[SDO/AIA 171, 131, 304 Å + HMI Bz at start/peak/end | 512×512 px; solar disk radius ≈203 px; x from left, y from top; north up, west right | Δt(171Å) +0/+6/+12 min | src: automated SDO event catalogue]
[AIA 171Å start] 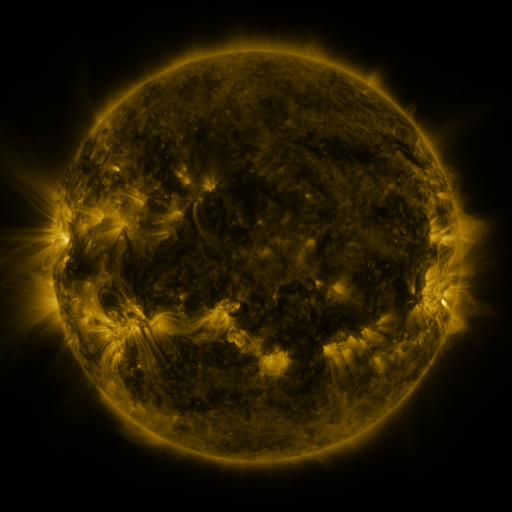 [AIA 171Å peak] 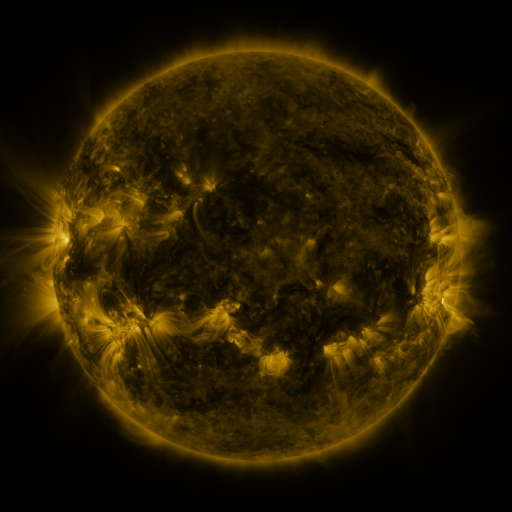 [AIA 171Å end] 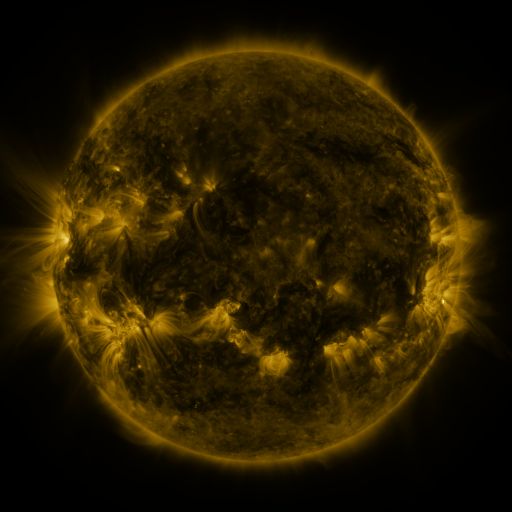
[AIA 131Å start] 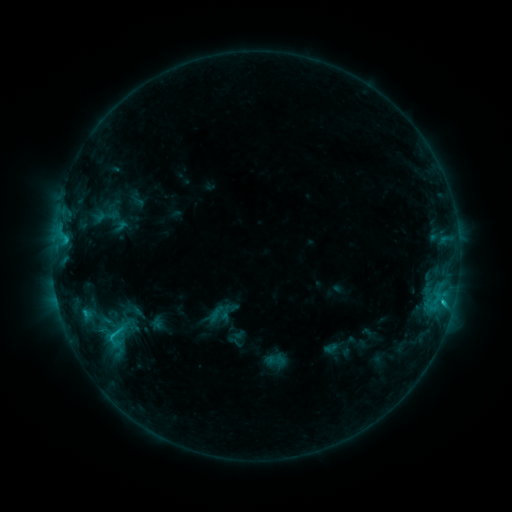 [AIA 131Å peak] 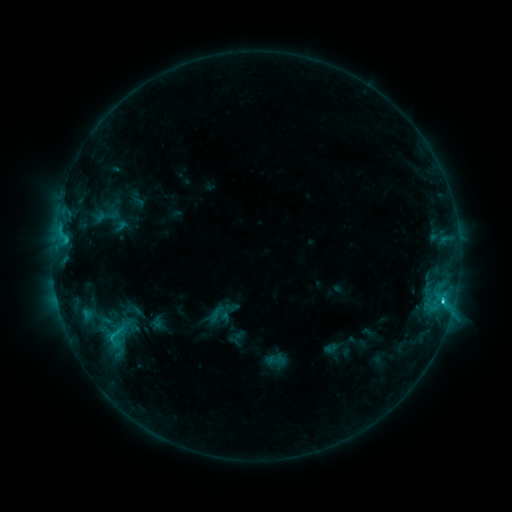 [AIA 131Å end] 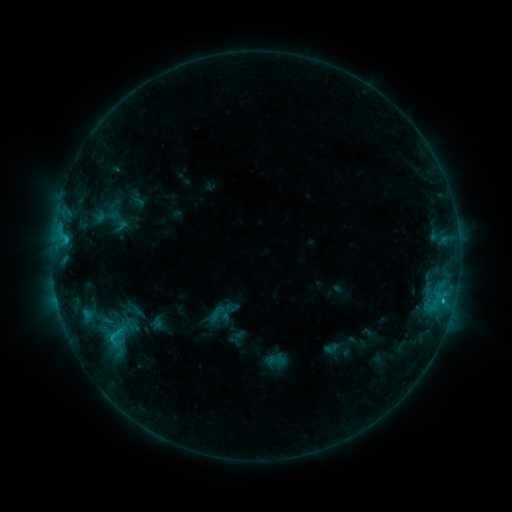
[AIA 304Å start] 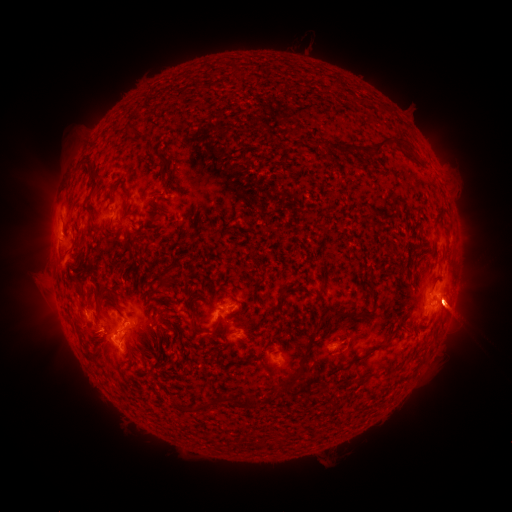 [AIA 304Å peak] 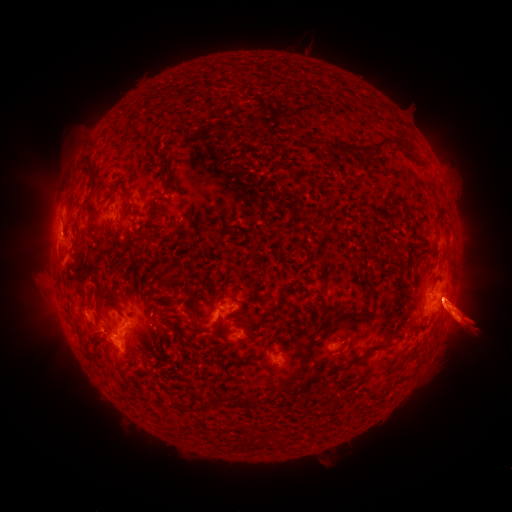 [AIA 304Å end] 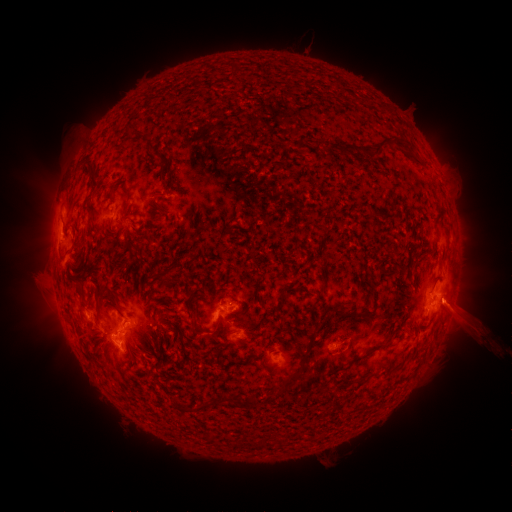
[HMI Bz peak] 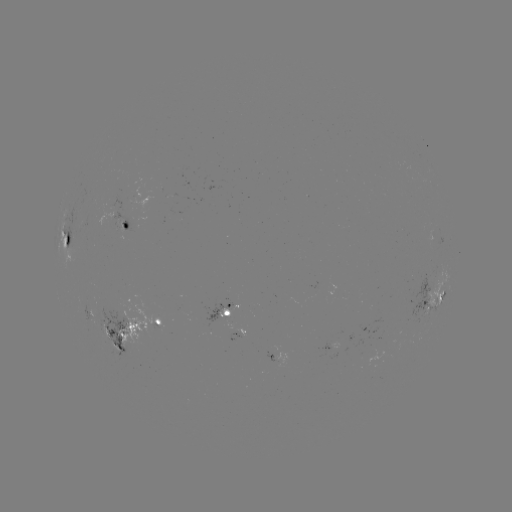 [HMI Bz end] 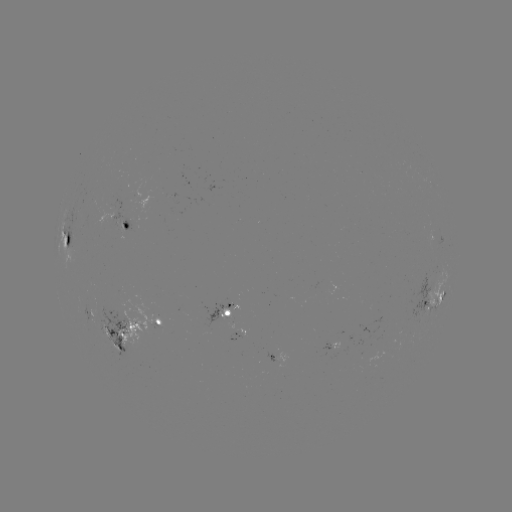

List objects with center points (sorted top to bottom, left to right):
C2.6 flare: (443, 298)
